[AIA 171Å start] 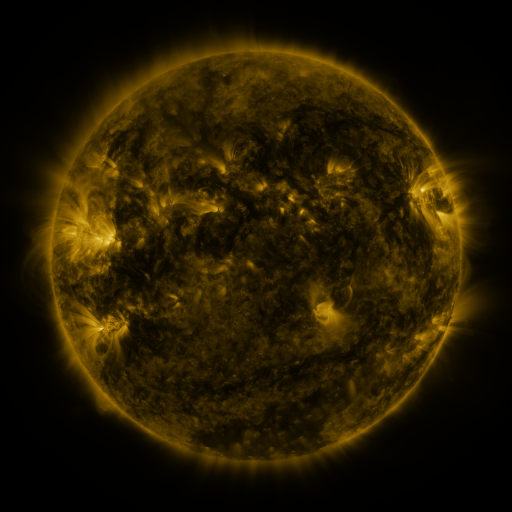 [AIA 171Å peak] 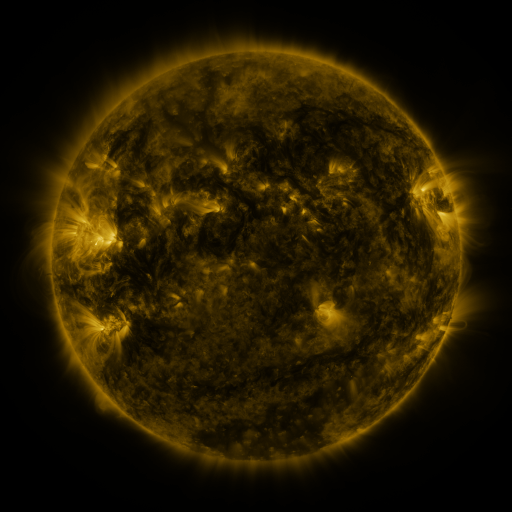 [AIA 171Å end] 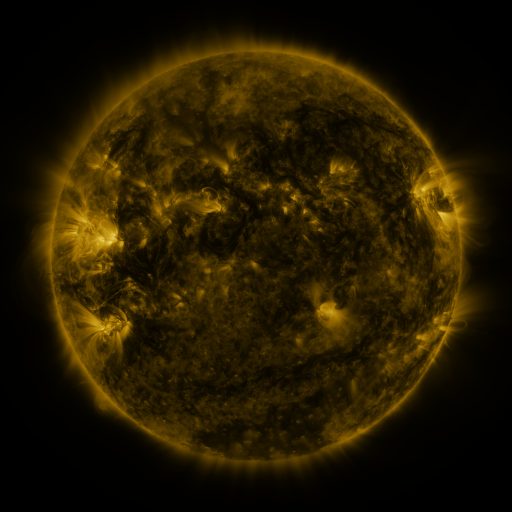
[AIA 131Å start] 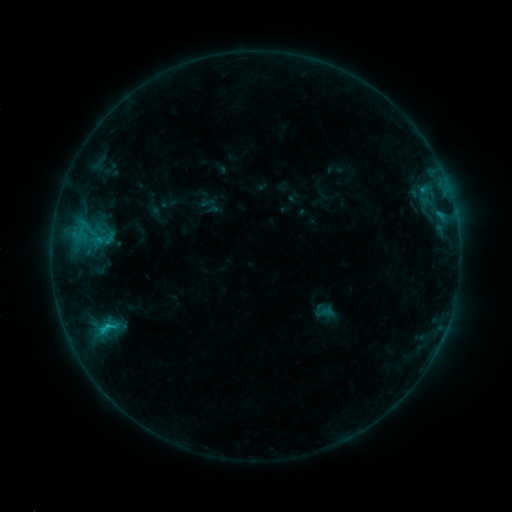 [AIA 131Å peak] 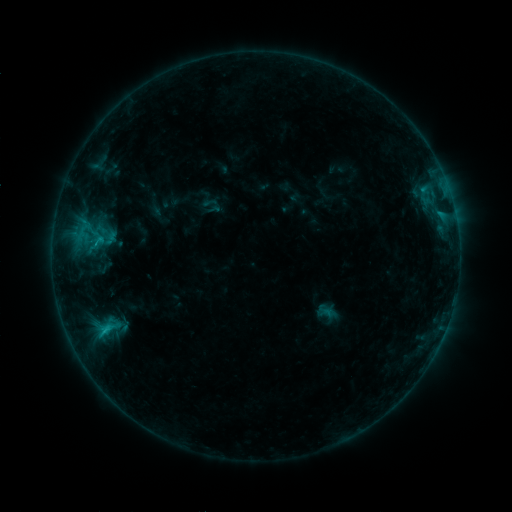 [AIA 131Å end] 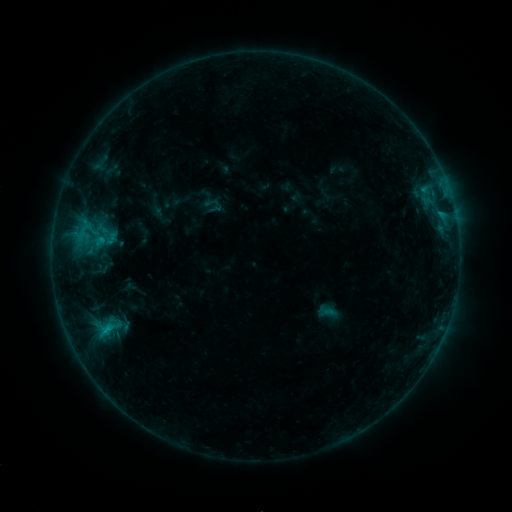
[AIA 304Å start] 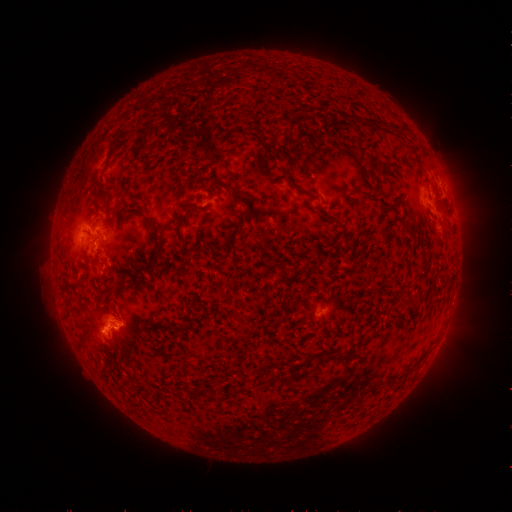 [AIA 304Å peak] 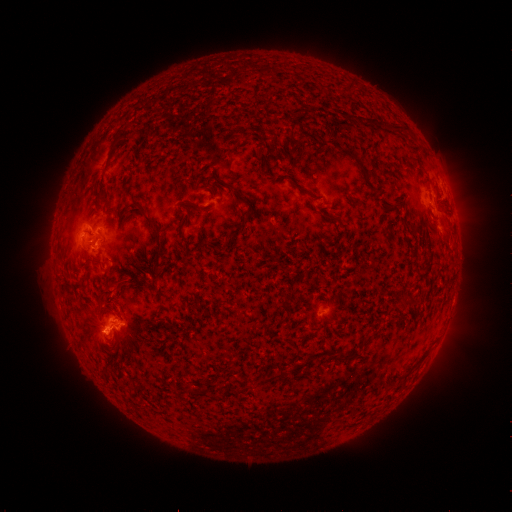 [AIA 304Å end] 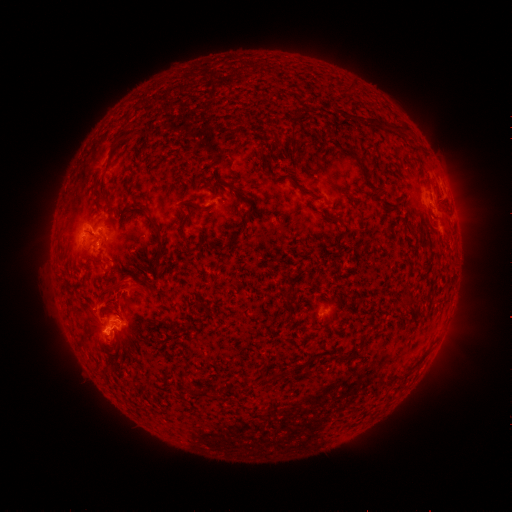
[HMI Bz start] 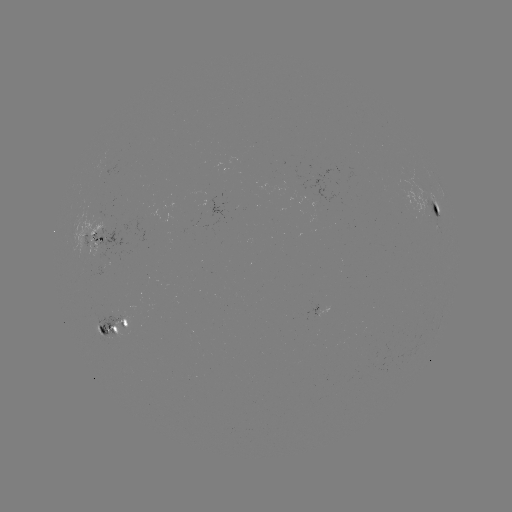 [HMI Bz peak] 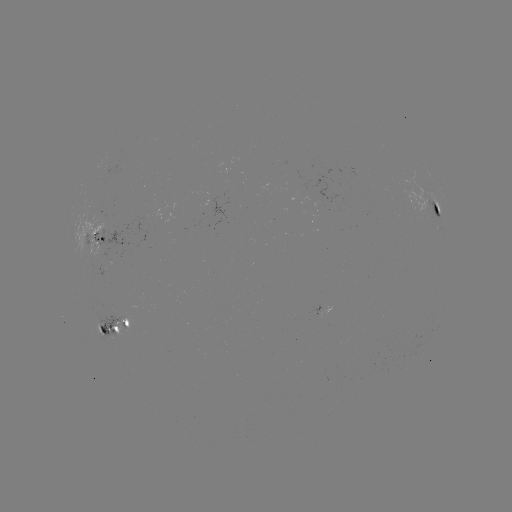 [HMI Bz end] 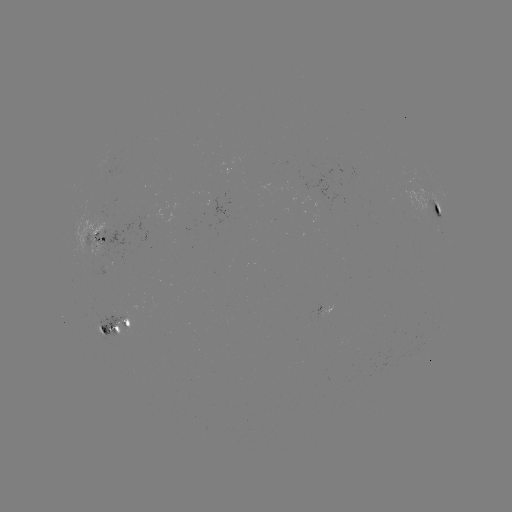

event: emerging-flux region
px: (292, 182)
